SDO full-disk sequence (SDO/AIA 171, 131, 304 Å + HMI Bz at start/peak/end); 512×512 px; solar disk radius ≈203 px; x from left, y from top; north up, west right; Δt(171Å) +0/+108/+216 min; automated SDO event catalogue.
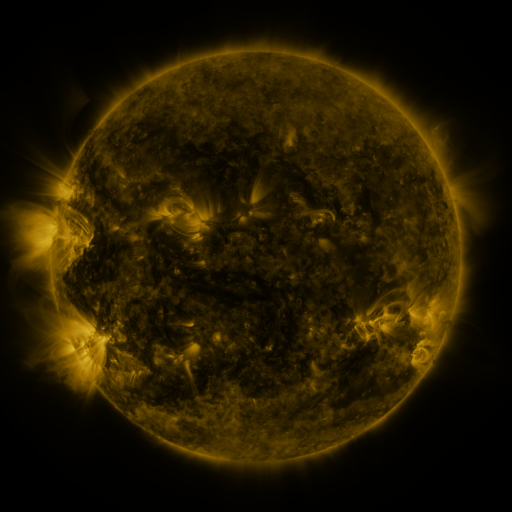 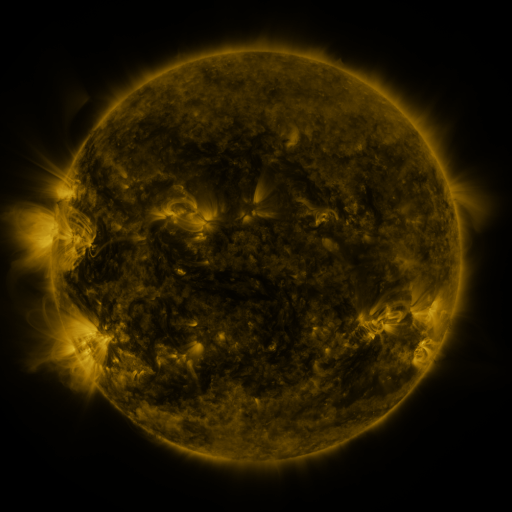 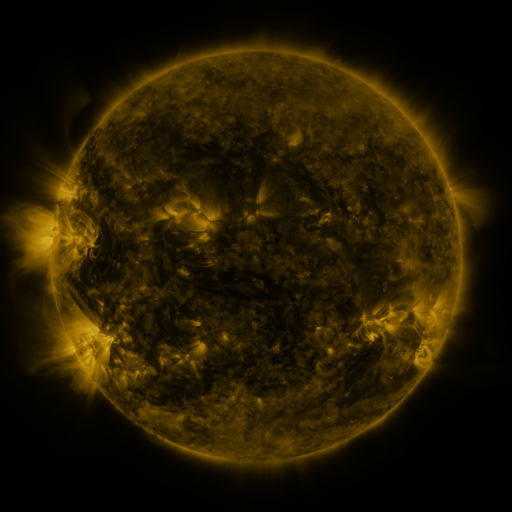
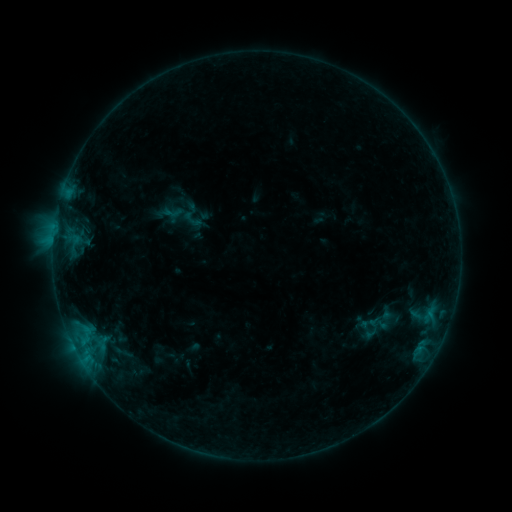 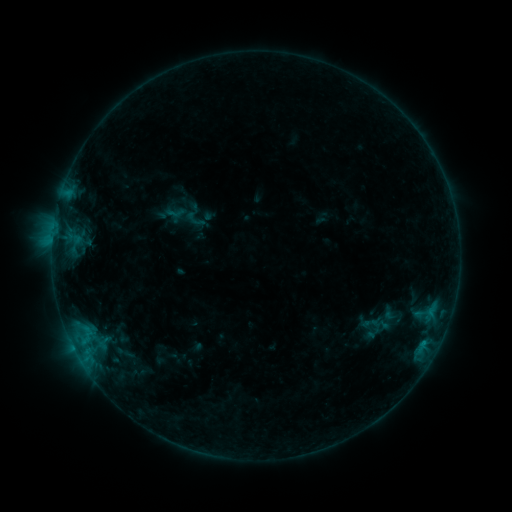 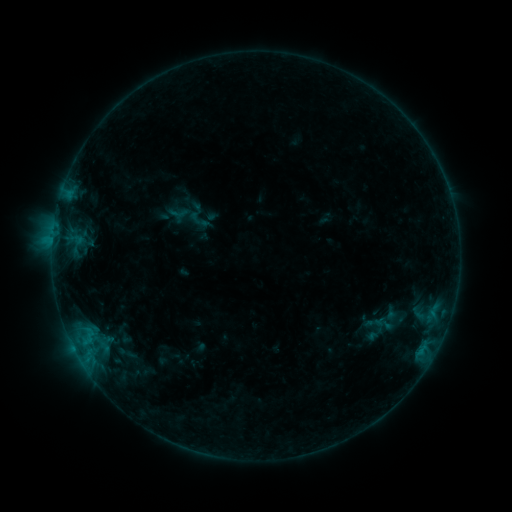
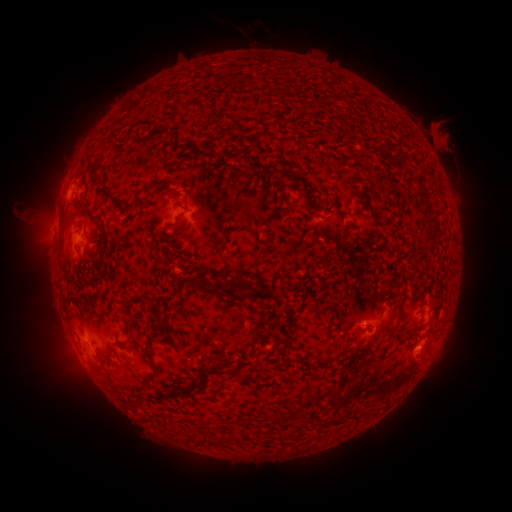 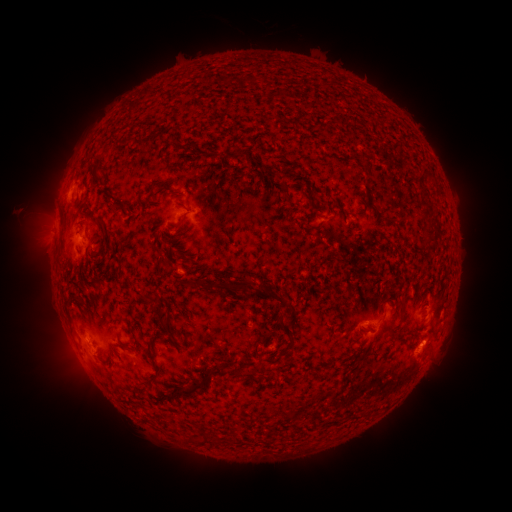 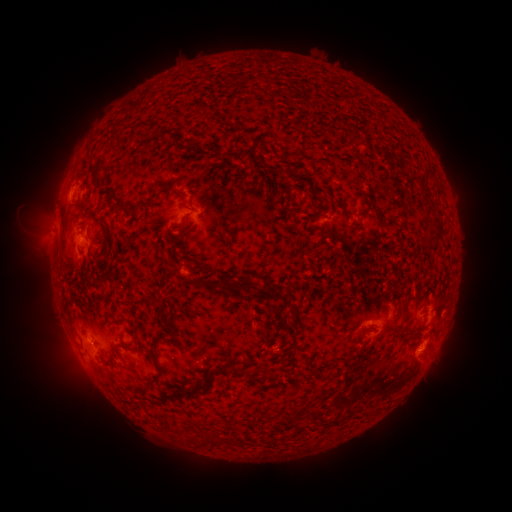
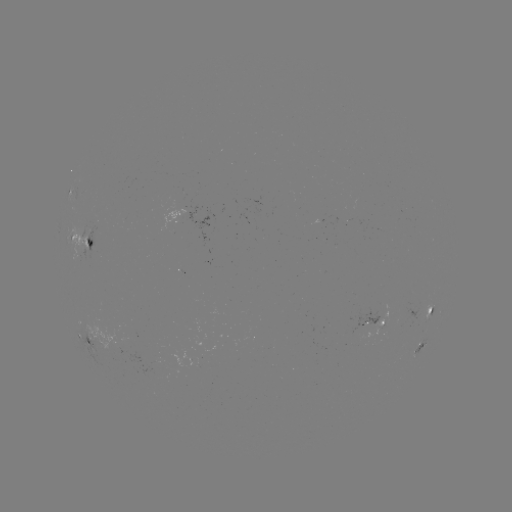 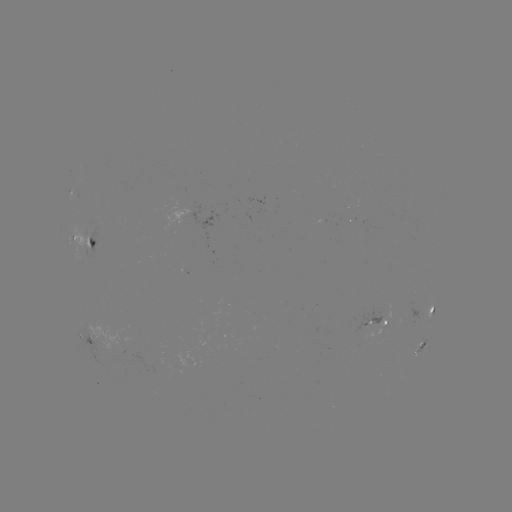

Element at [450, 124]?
filament eruption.